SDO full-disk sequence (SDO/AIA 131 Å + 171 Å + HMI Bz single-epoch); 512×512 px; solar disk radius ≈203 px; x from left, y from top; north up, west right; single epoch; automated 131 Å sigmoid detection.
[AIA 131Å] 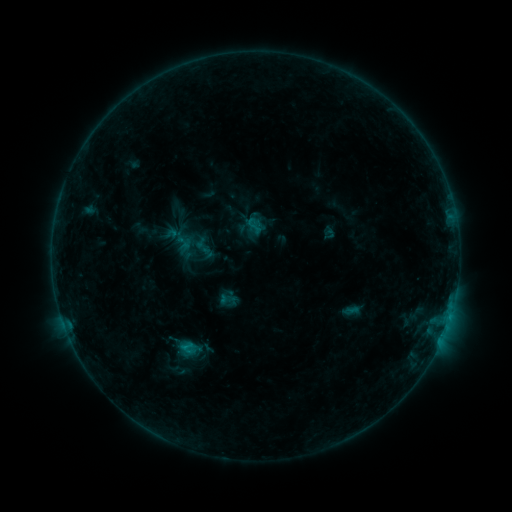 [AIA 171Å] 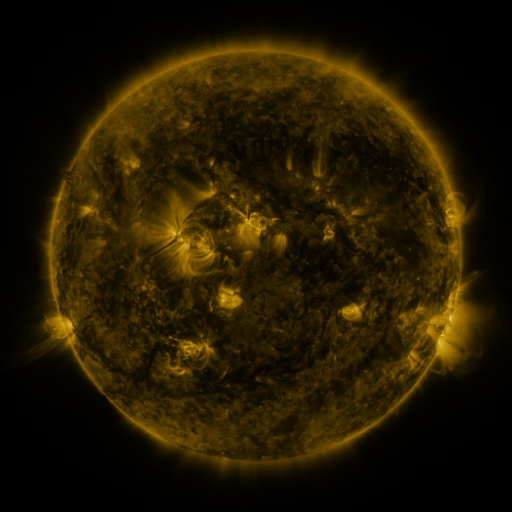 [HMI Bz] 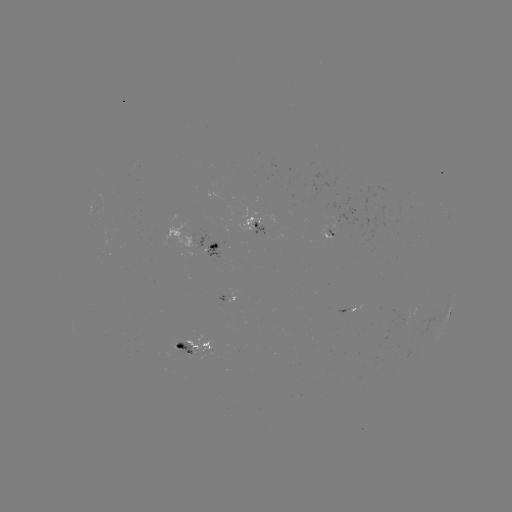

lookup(sigmoid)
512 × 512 [254, 226]